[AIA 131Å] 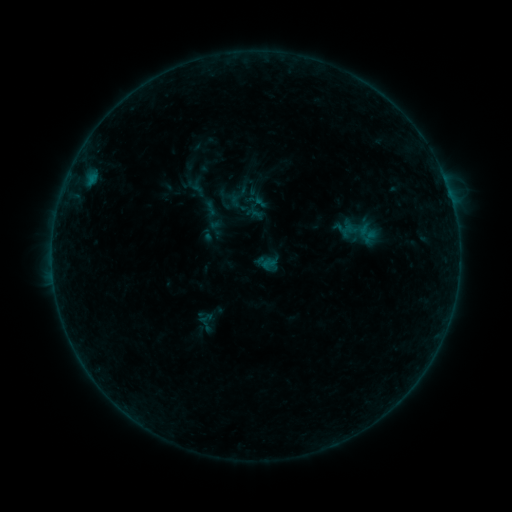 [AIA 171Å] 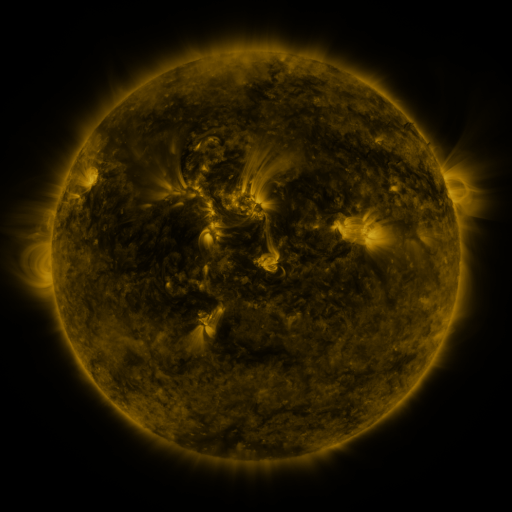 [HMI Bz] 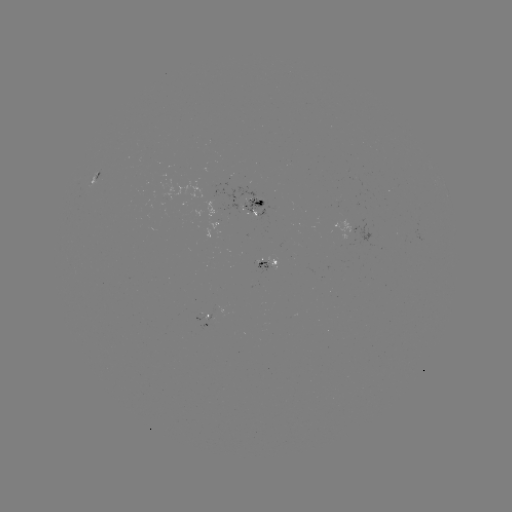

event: sigmoid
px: (203, 143)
